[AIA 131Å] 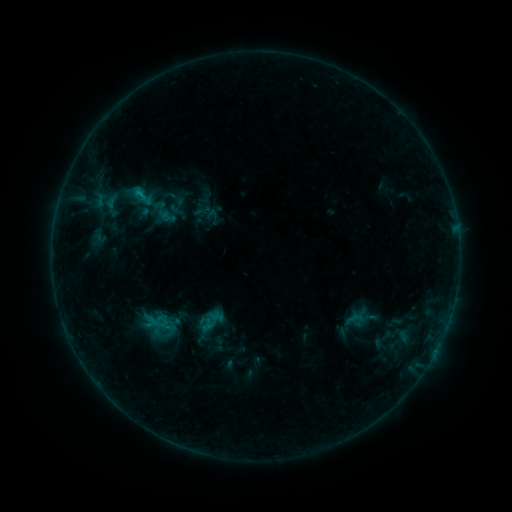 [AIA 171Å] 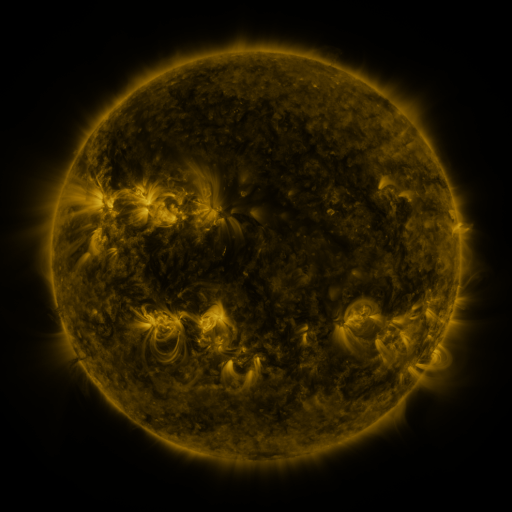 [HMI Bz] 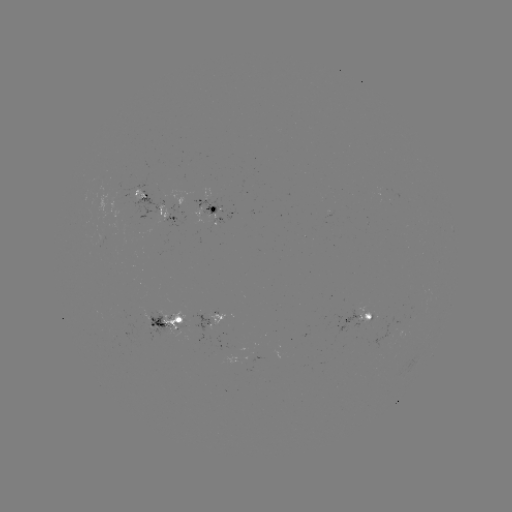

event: sigmoid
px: (209, 321)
